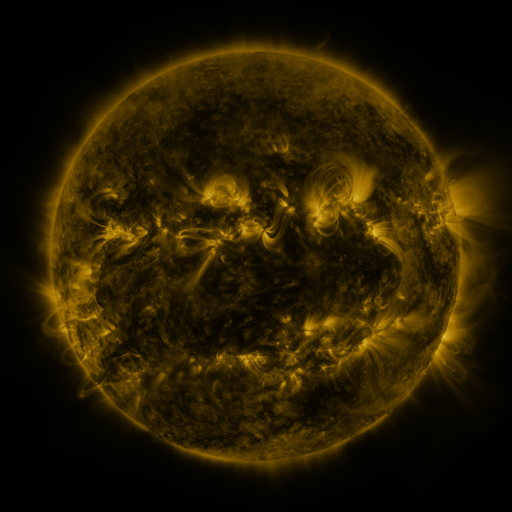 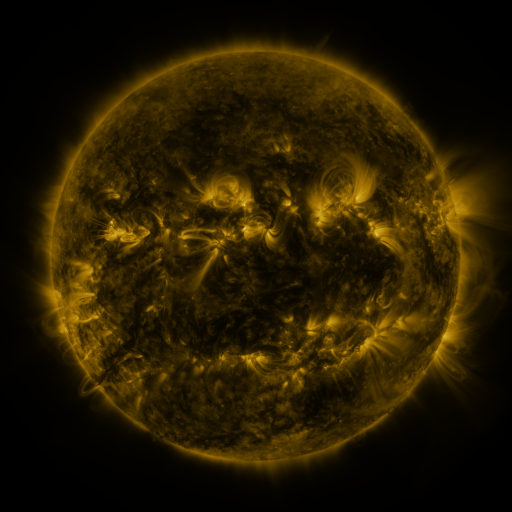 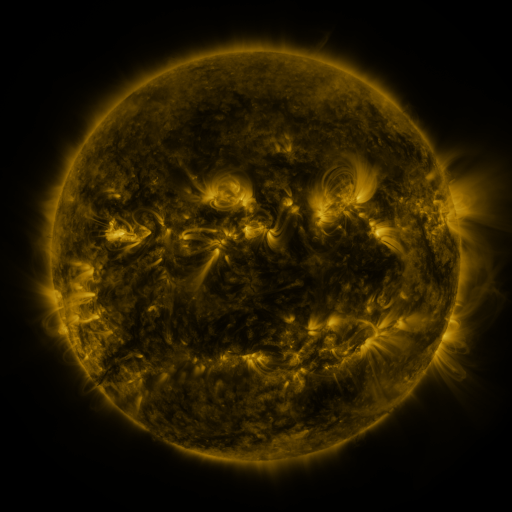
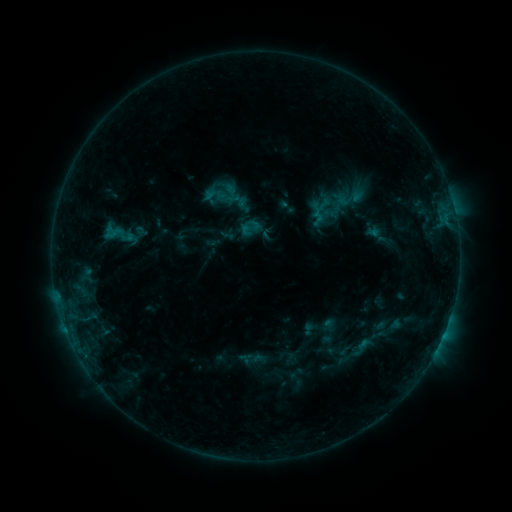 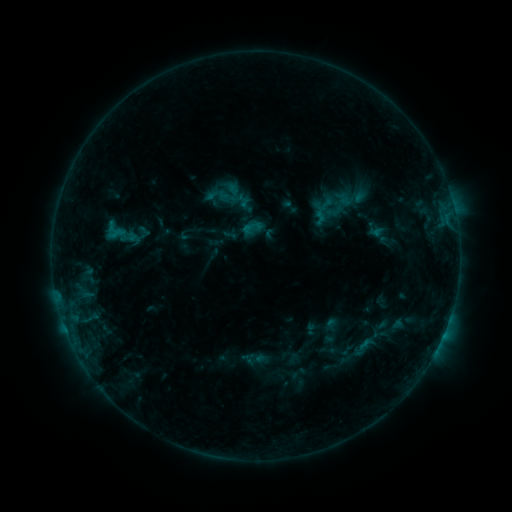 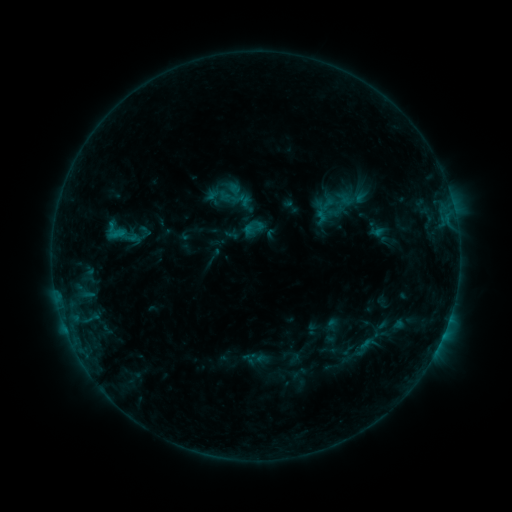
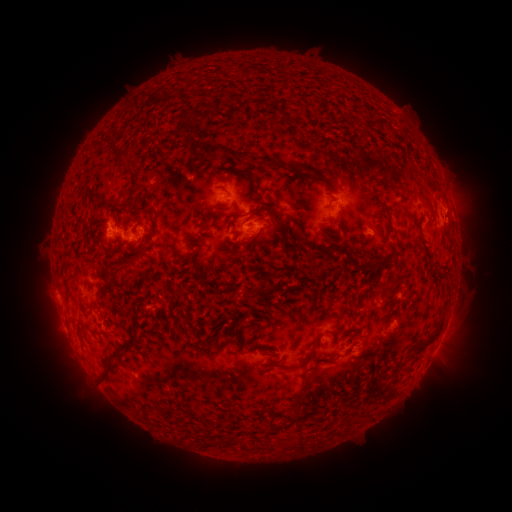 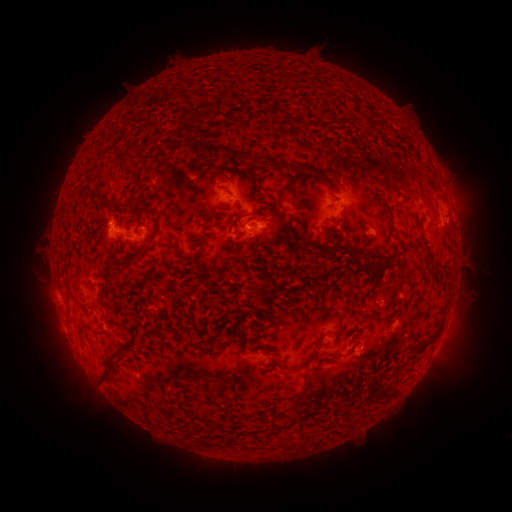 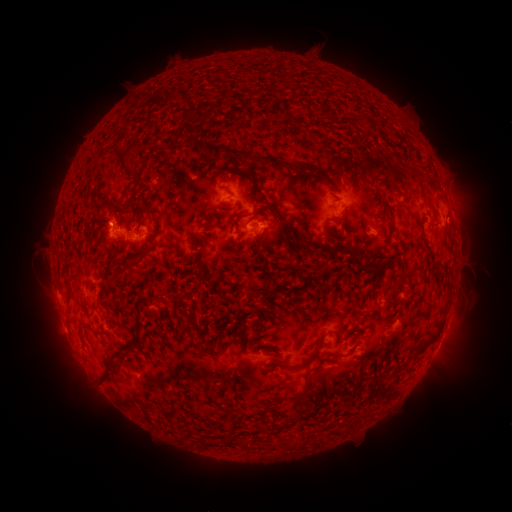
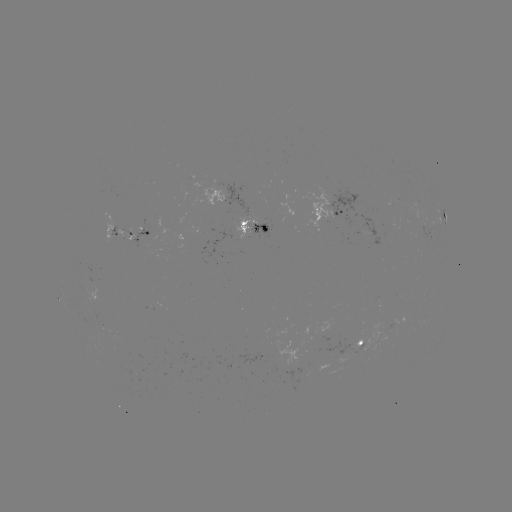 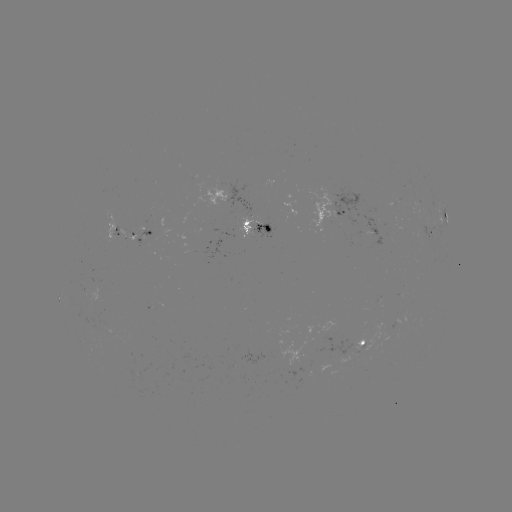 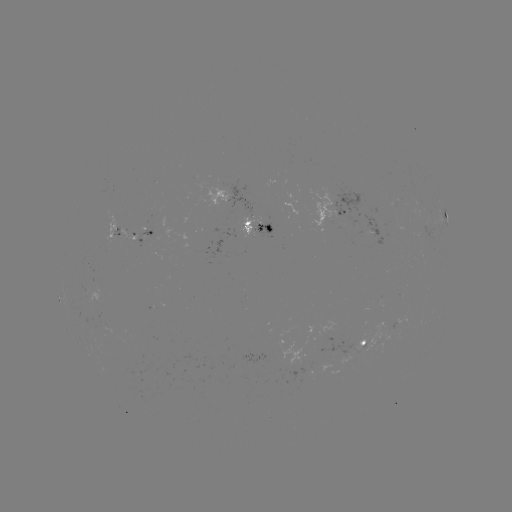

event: emerging-flux region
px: (111, 332)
